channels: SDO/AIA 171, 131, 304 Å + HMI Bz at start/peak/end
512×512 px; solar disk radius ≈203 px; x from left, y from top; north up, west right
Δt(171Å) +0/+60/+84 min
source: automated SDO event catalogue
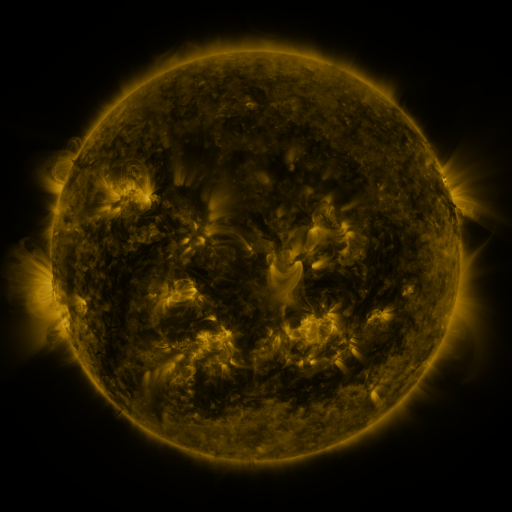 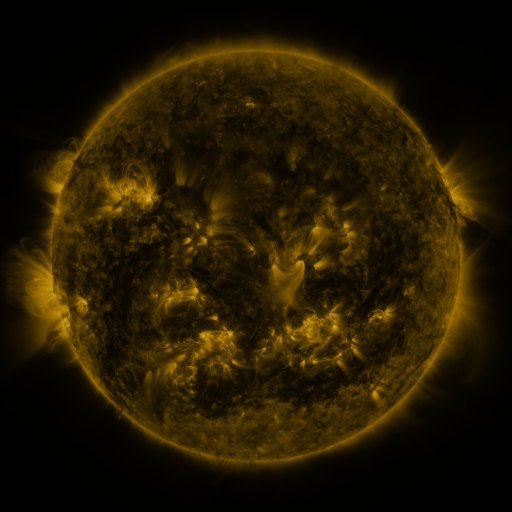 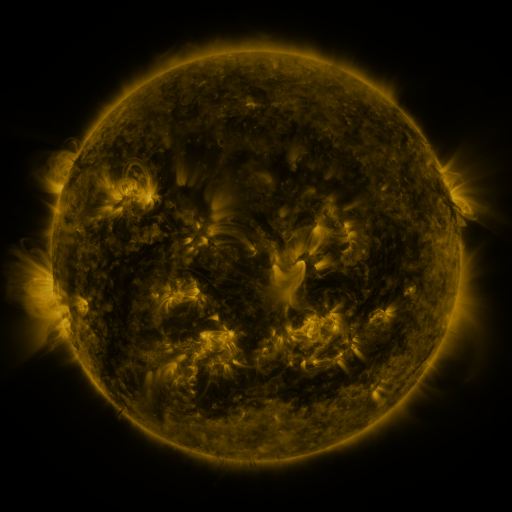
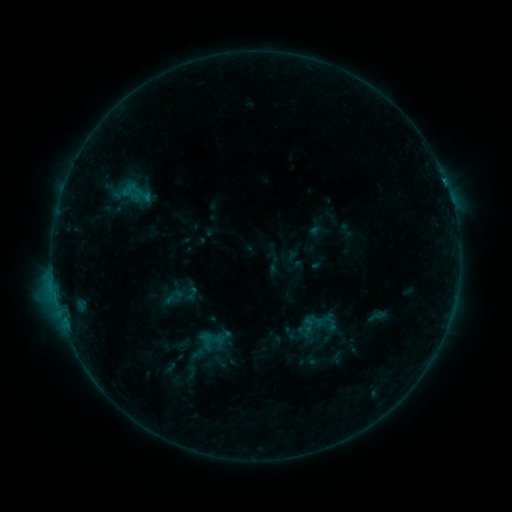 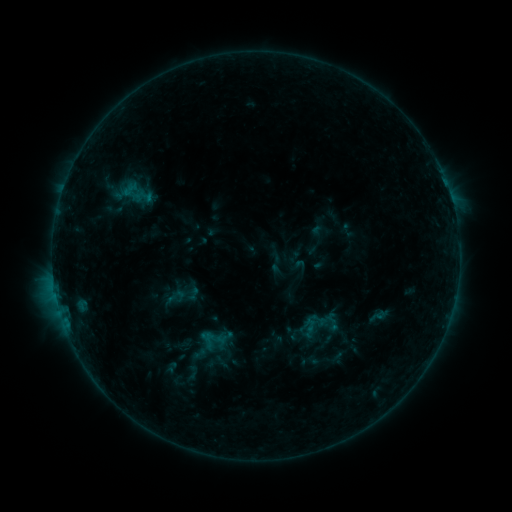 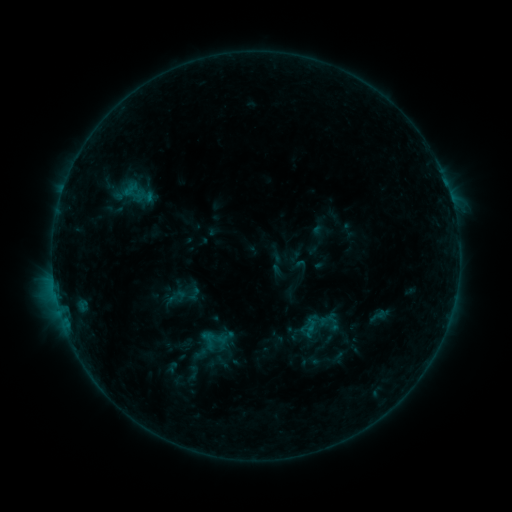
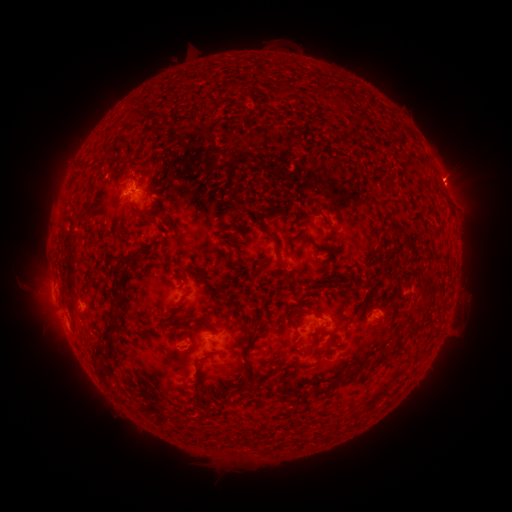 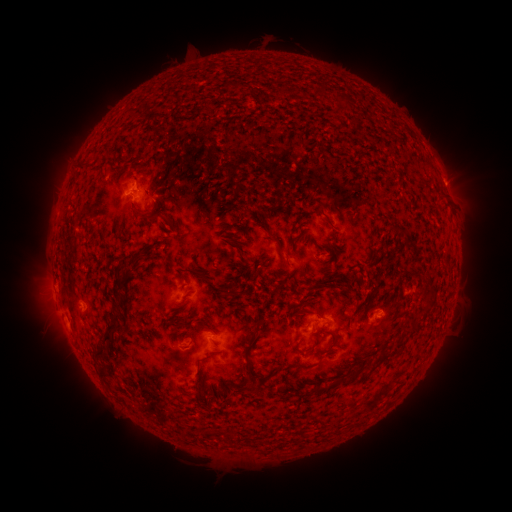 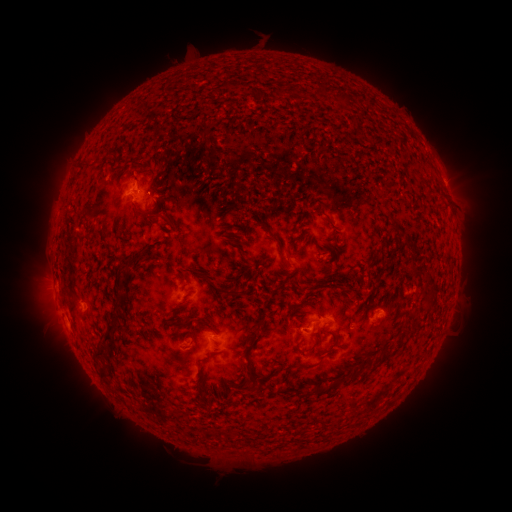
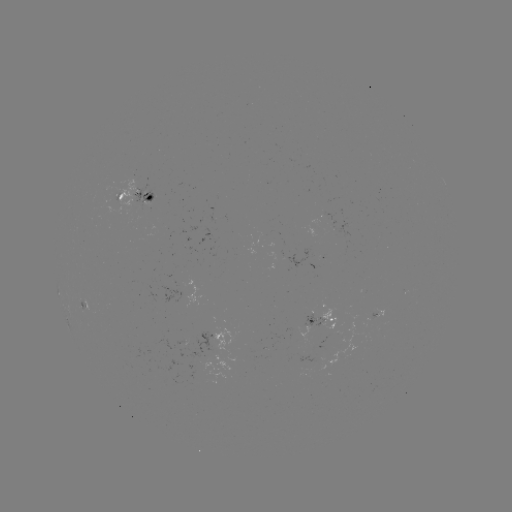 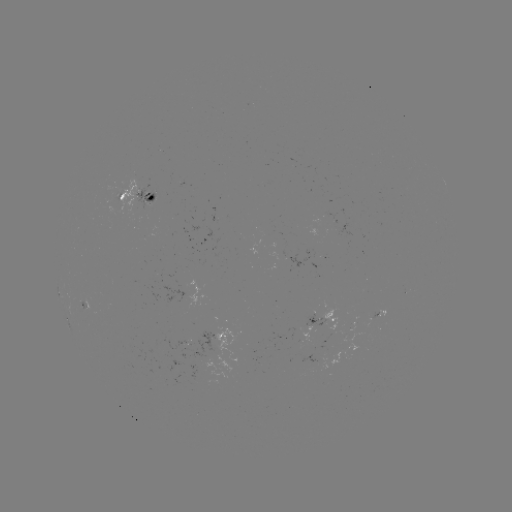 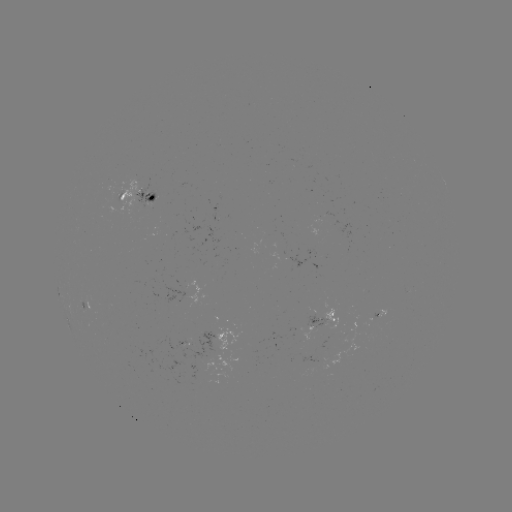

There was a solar emerging-flux region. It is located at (152, 196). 